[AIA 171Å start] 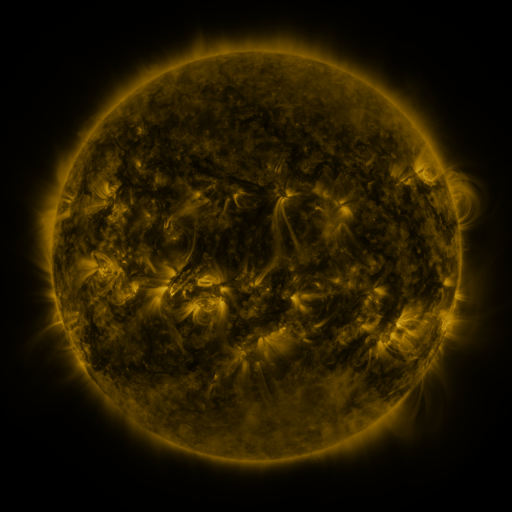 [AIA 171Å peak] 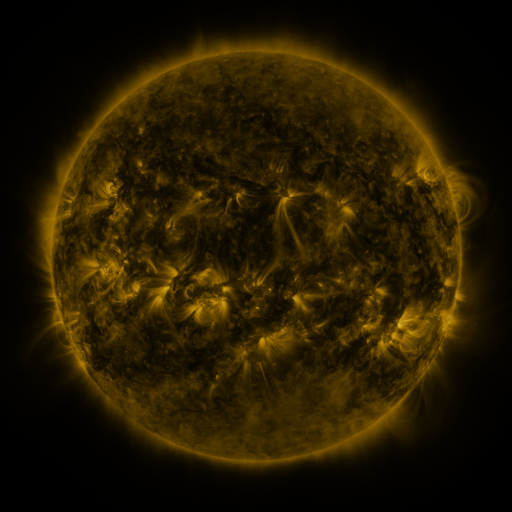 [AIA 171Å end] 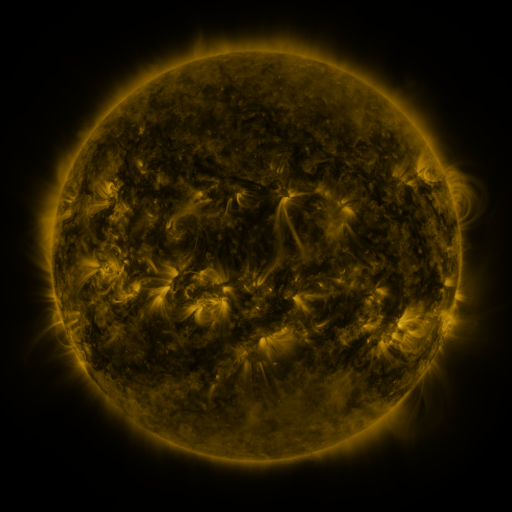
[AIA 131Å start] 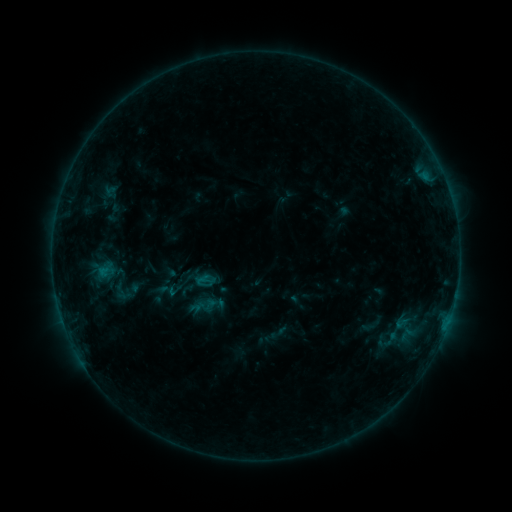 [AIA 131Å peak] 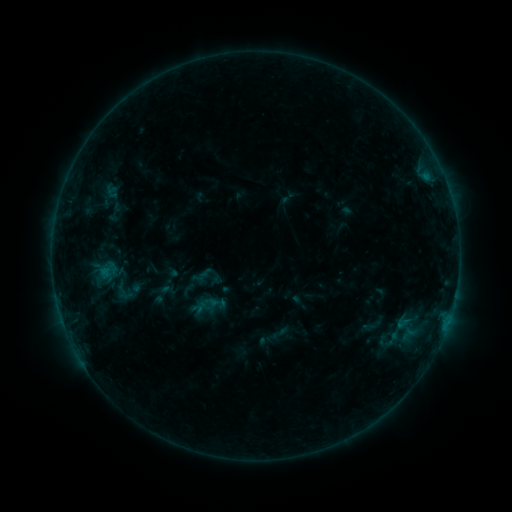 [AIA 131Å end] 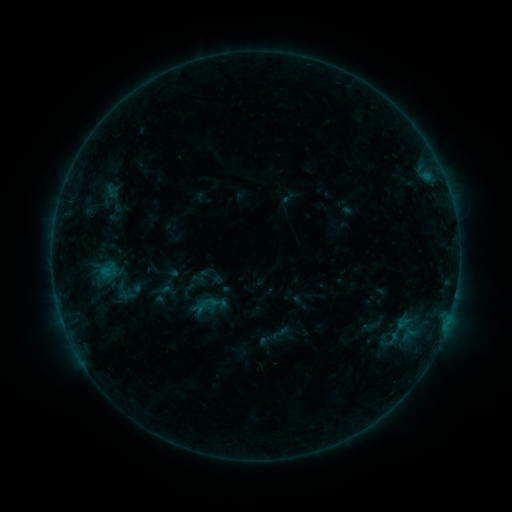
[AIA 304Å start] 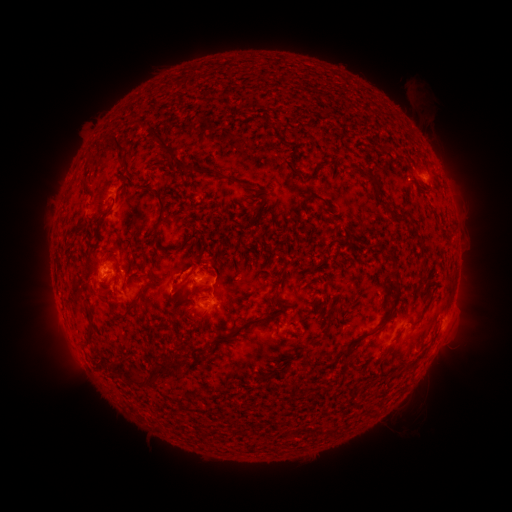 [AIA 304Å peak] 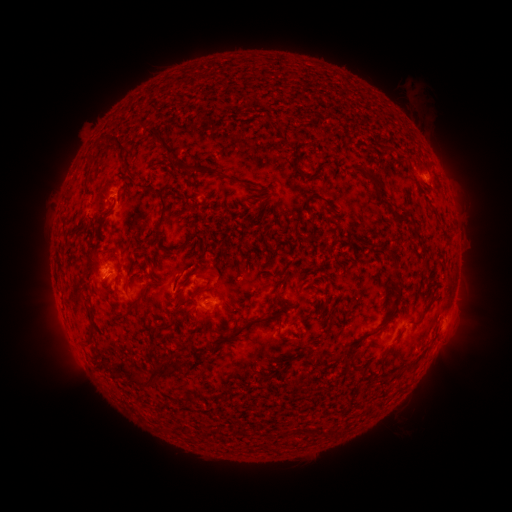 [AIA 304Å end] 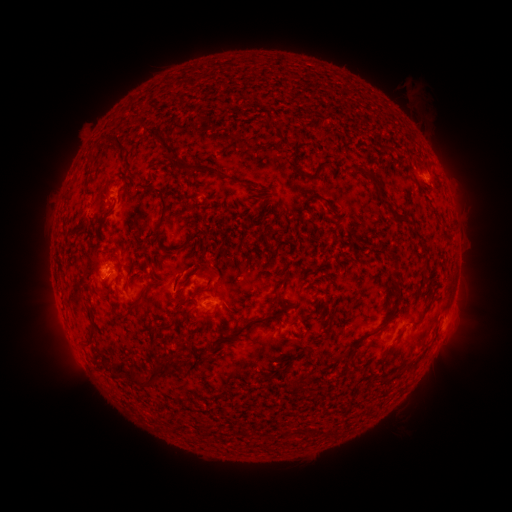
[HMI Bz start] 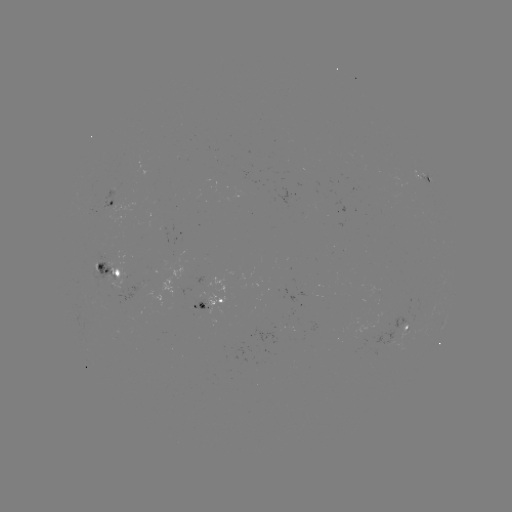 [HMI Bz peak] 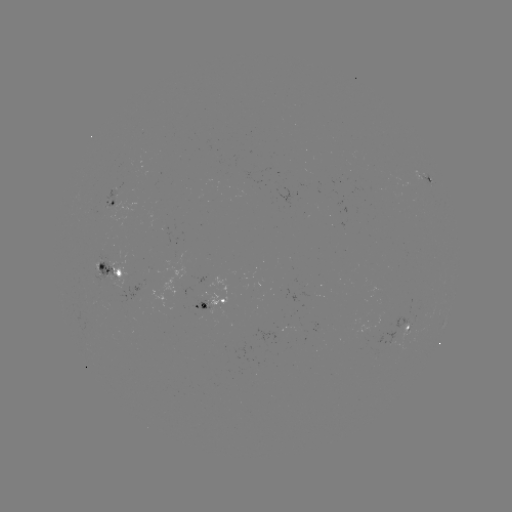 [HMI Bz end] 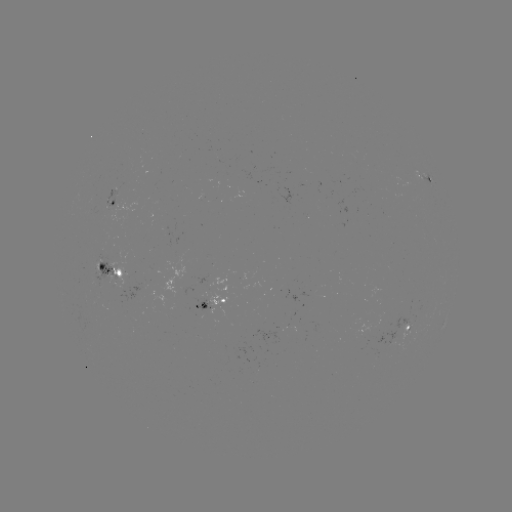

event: emerging-flux region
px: (181, 247)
